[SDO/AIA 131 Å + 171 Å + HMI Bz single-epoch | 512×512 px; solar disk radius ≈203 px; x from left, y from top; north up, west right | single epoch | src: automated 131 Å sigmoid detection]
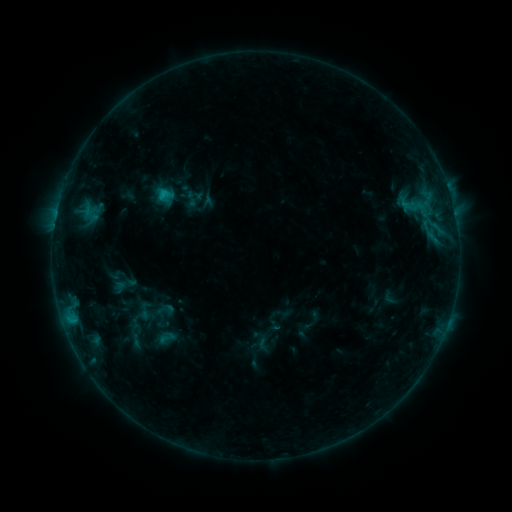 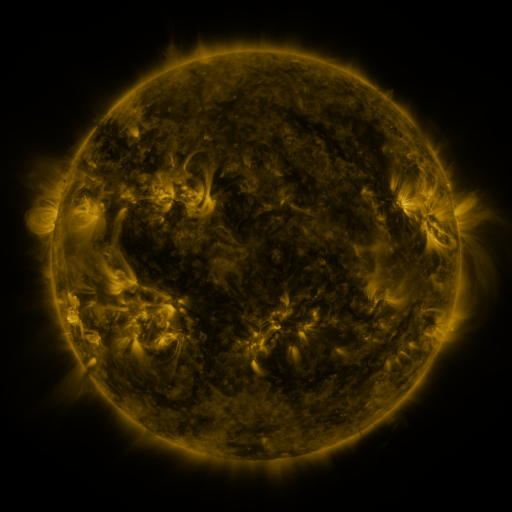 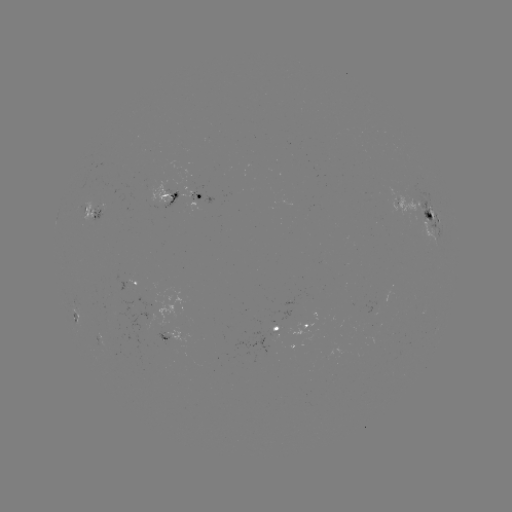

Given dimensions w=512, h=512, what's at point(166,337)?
sigmoid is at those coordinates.